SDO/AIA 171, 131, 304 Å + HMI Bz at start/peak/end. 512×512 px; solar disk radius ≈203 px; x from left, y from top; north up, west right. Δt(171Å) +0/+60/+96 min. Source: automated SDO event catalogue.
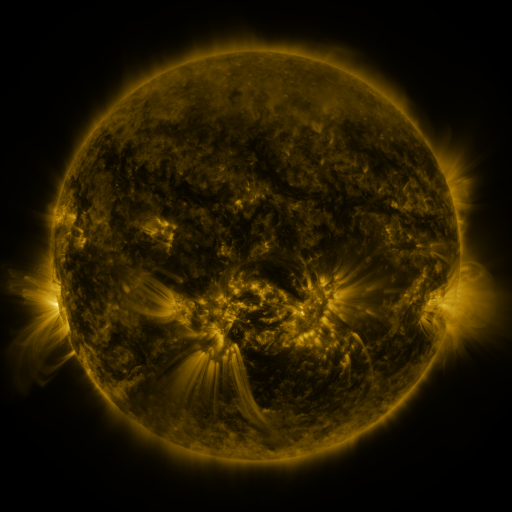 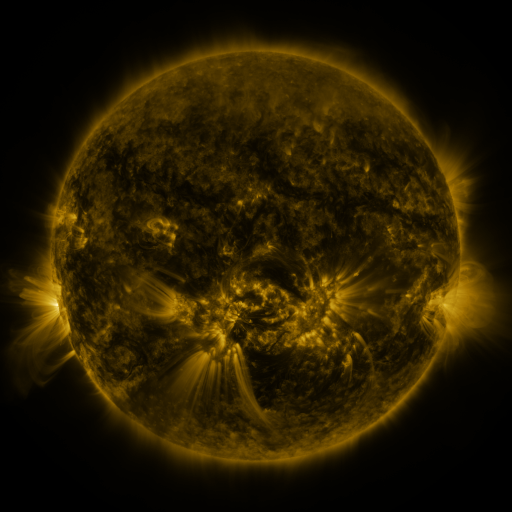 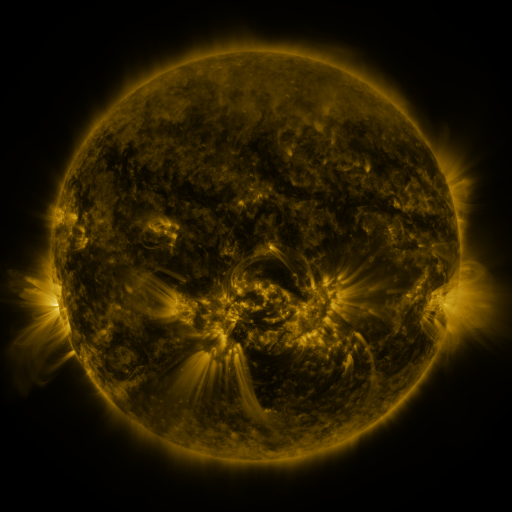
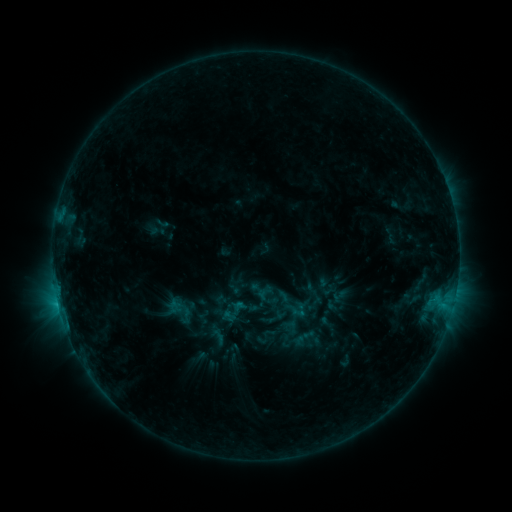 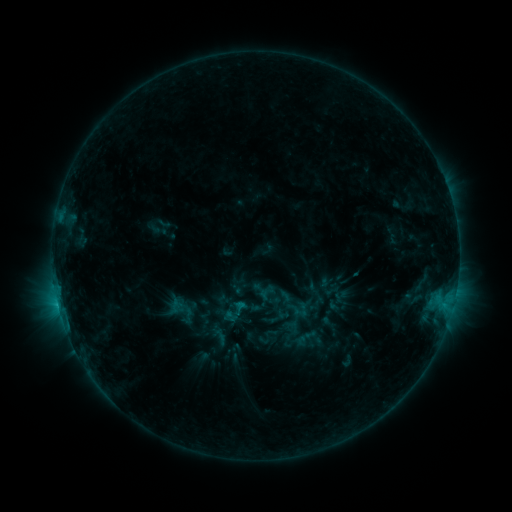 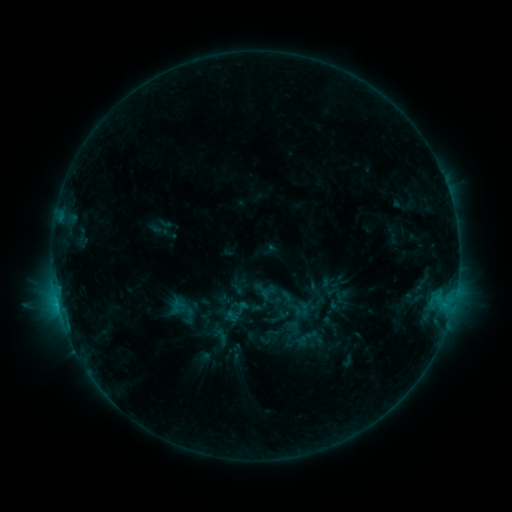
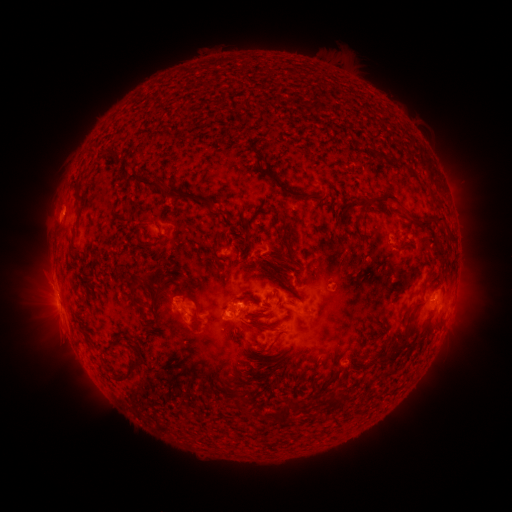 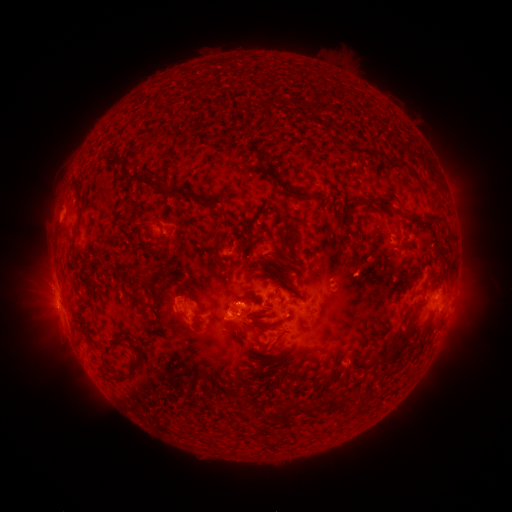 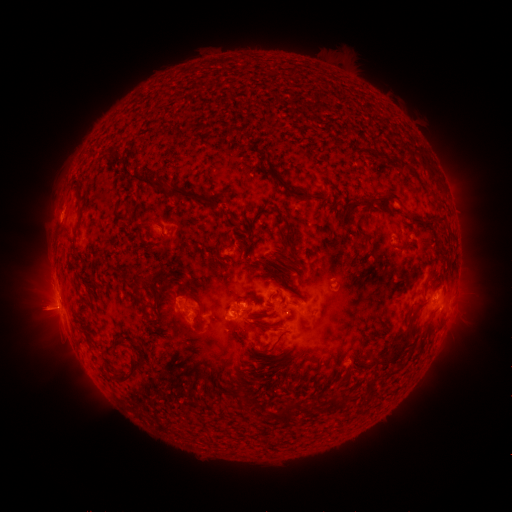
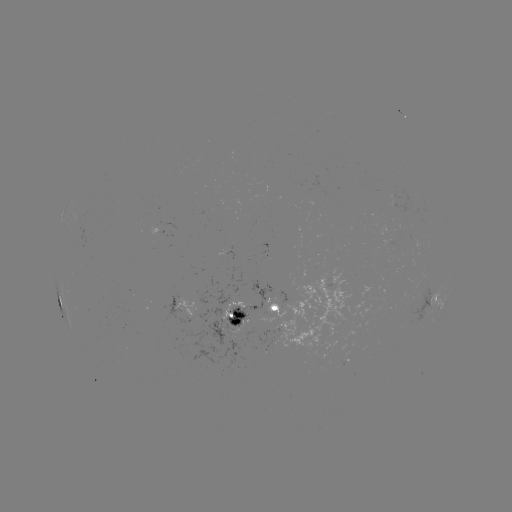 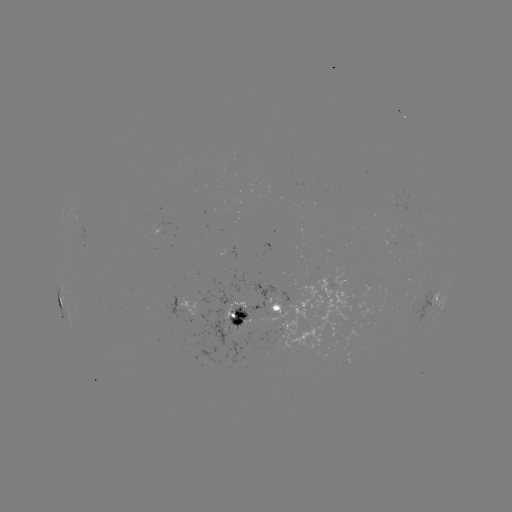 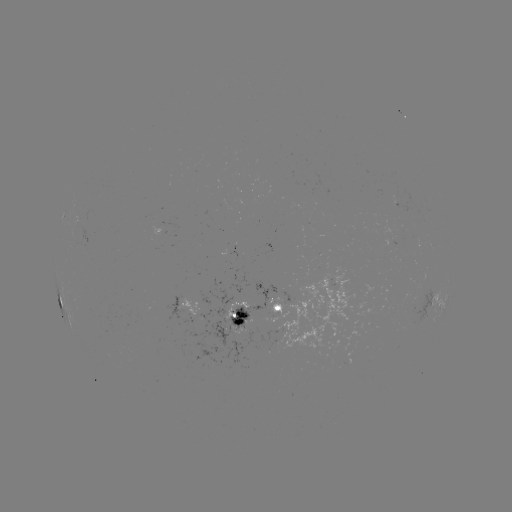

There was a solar emerging-flux region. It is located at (299, 321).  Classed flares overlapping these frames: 1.